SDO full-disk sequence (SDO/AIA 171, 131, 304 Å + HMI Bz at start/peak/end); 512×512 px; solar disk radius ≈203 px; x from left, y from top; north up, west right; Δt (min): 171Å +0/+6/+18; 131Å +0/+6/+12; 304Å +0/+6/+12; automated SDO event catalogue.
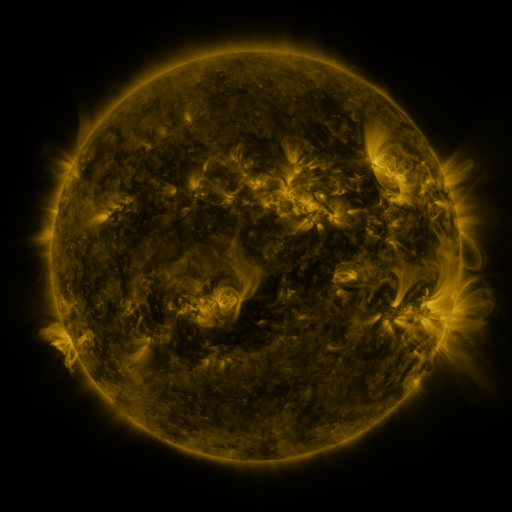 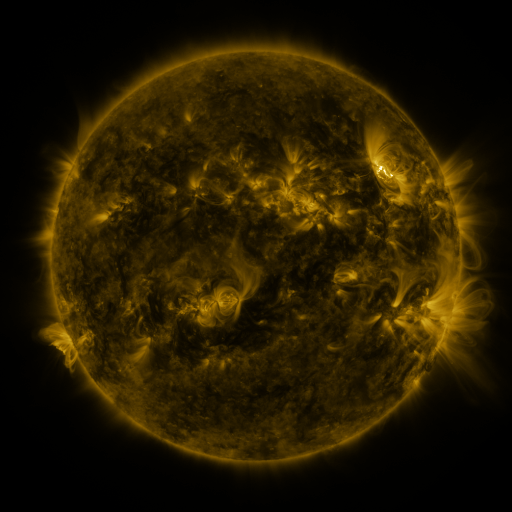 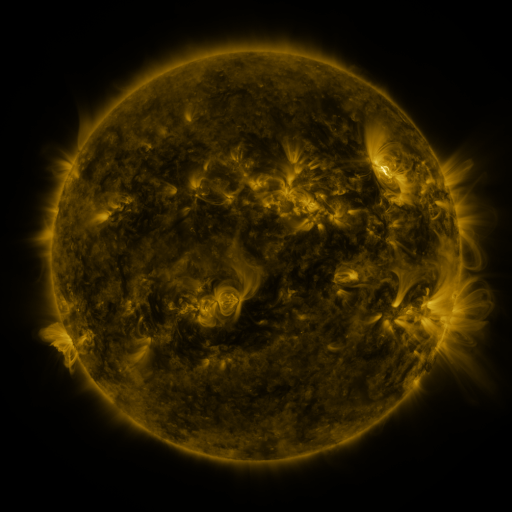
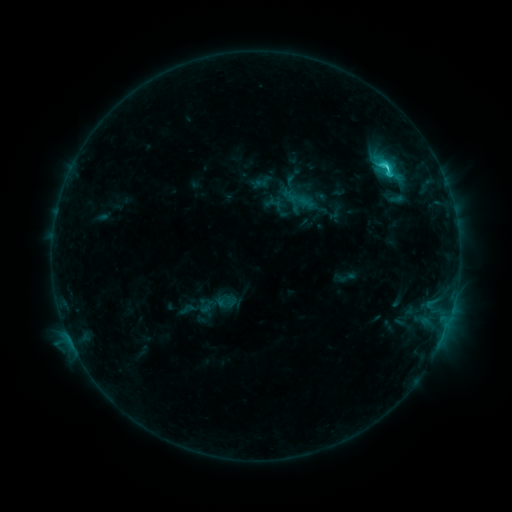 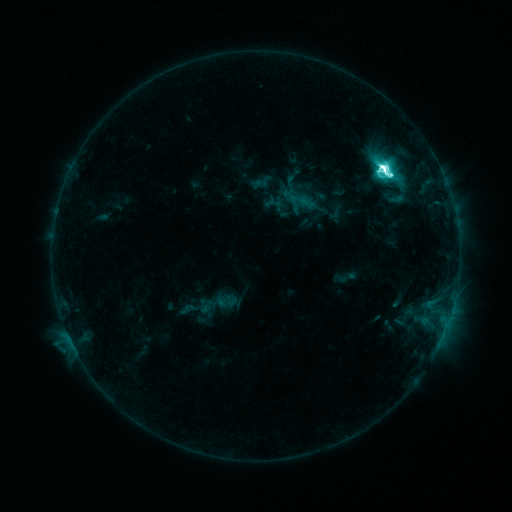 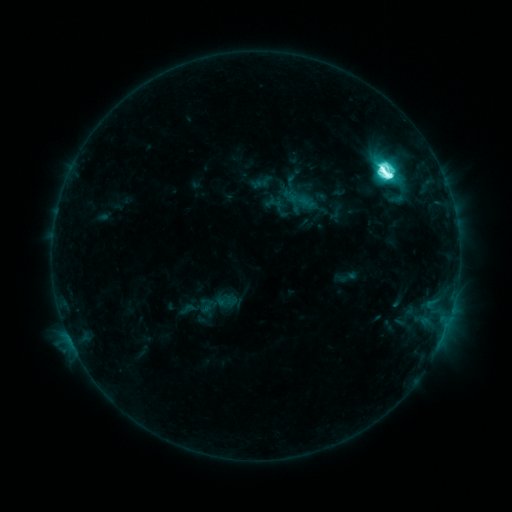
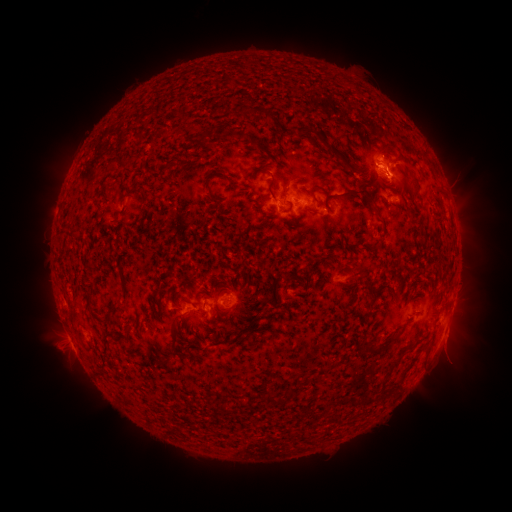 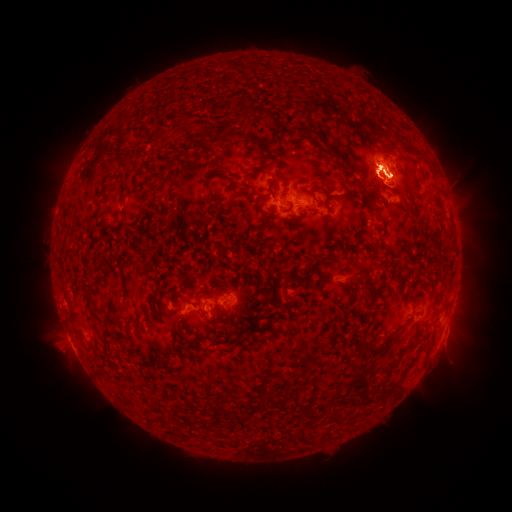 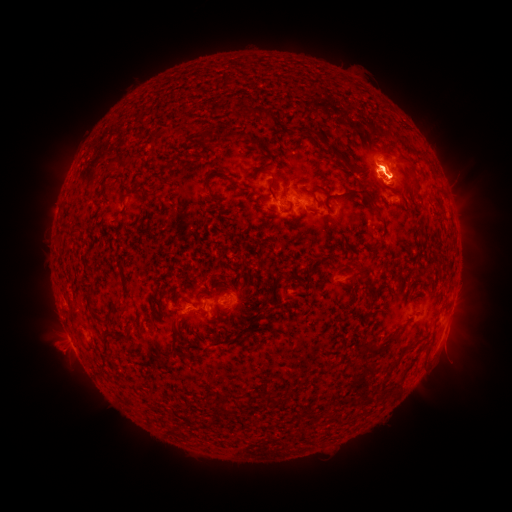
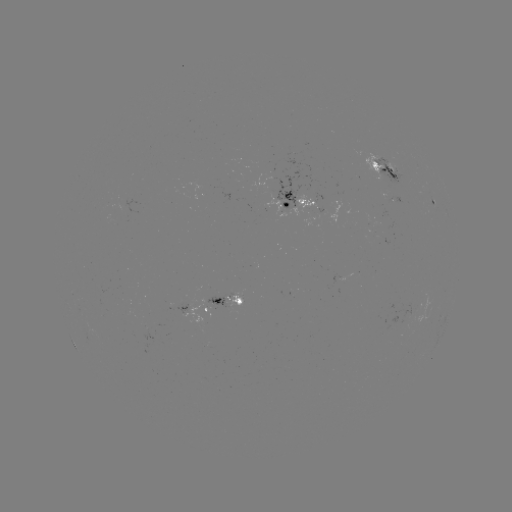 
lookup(eruption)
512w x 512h [465, 329]